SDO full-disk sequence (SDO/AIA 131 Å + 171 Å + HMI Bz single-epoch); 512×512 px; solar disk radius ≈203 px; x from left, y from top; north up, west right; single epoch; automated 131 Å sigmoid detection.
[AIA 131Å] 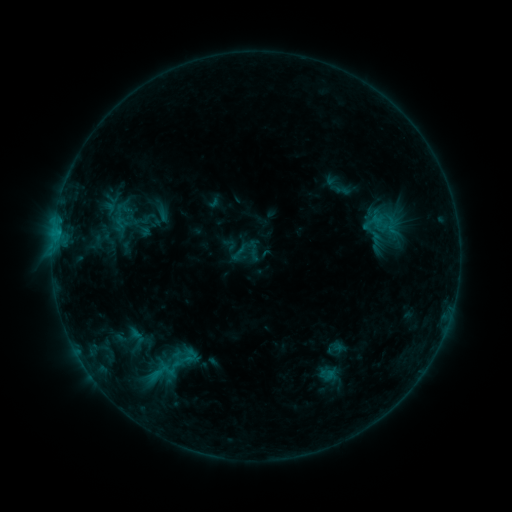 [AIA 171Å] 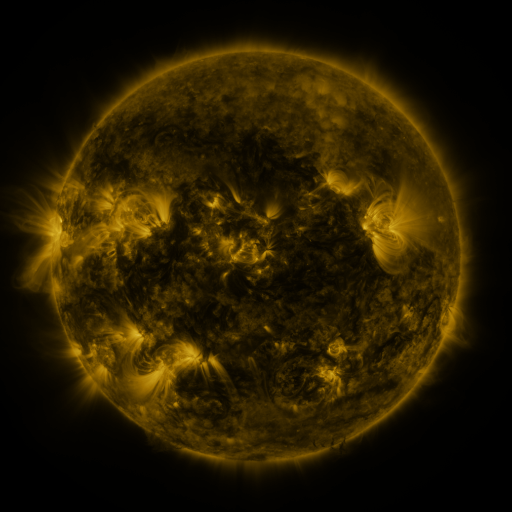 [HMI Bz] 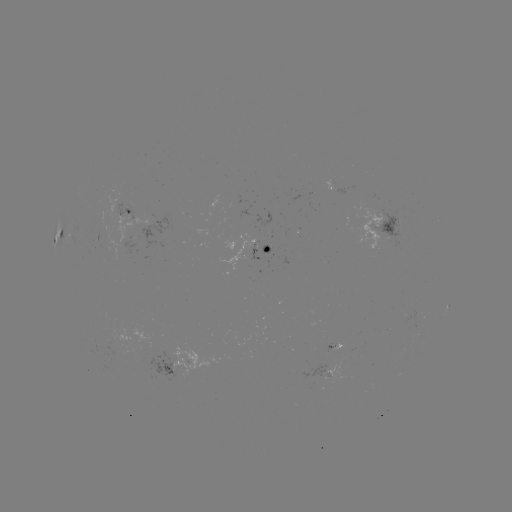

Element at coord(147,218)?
sigmoid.